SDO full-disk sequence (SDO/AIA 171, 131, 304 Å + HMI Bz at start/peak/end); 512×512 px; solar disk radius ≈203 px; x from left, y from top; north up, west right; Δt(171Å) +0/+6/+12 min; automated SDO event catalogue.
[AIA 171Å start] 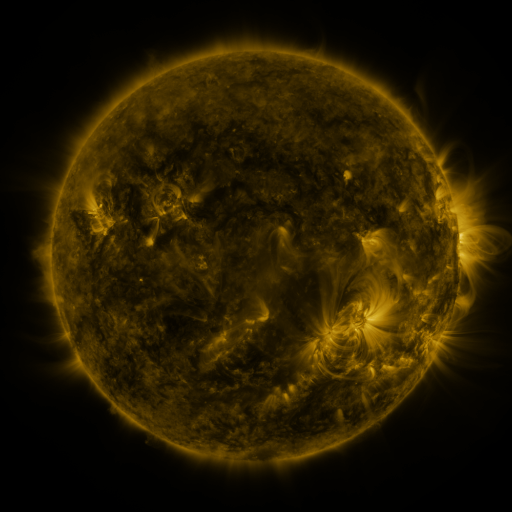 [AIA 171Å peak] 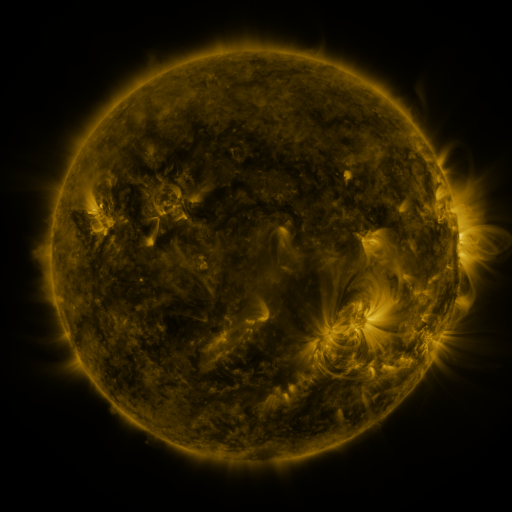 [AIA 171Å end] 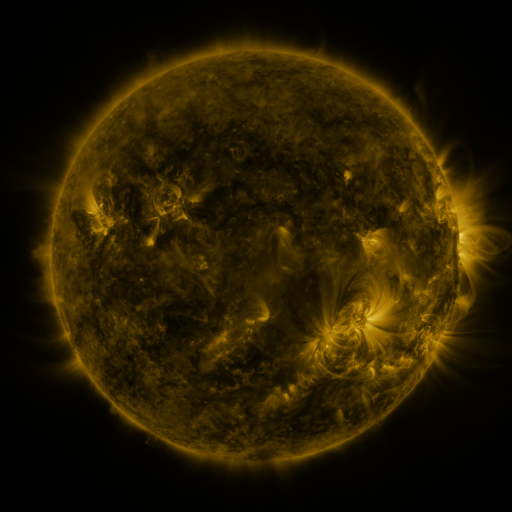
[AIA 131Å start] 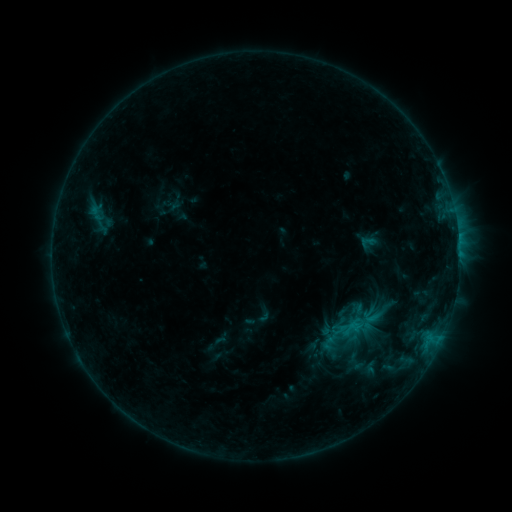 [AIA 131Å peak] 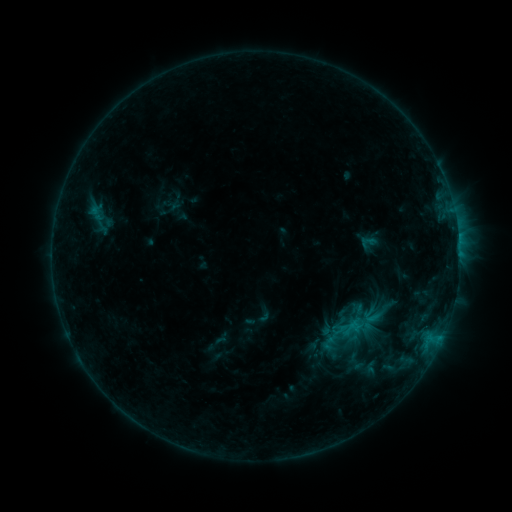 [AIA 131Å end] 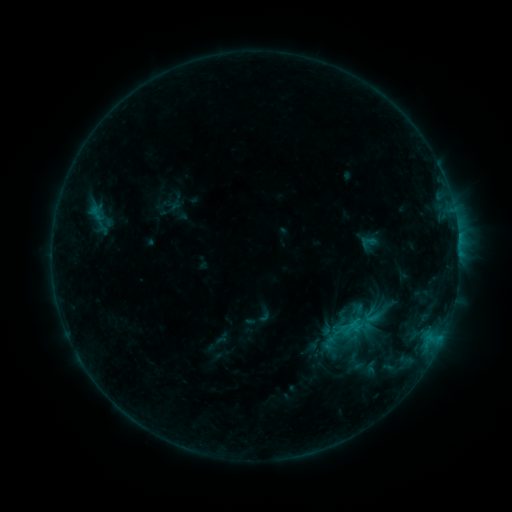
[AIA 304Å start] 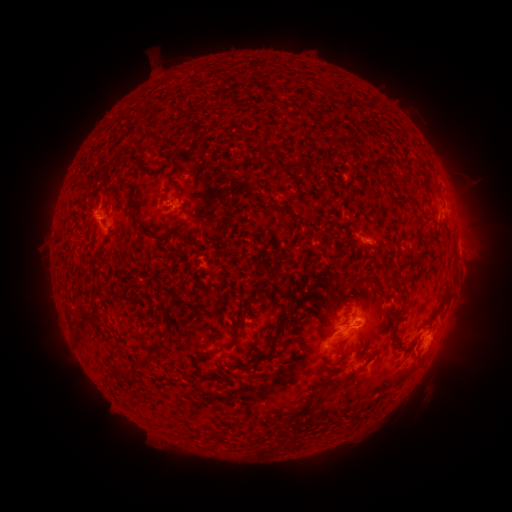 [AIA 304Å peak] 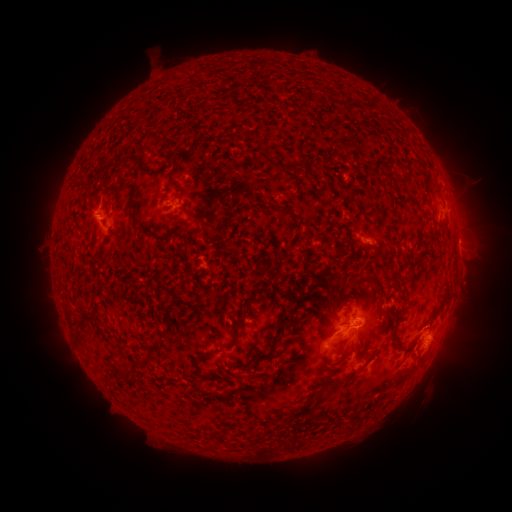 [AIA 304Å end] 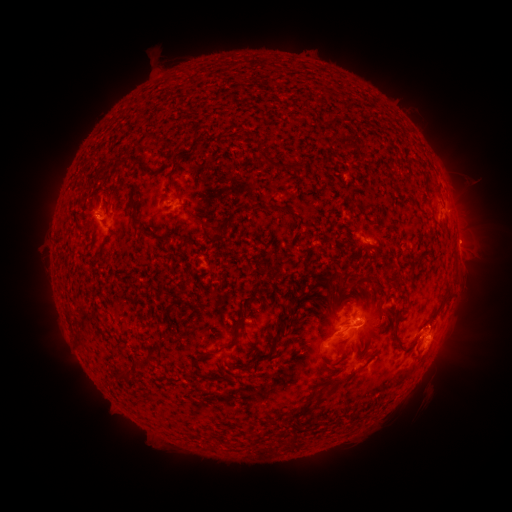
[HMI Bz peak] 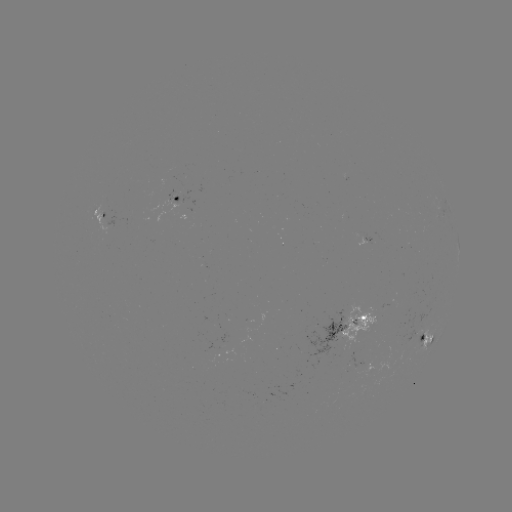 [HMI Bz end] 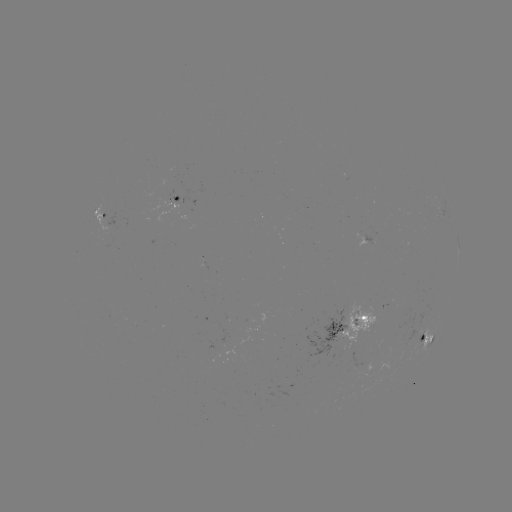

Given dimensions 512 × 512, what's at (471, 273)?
eruption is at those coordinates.